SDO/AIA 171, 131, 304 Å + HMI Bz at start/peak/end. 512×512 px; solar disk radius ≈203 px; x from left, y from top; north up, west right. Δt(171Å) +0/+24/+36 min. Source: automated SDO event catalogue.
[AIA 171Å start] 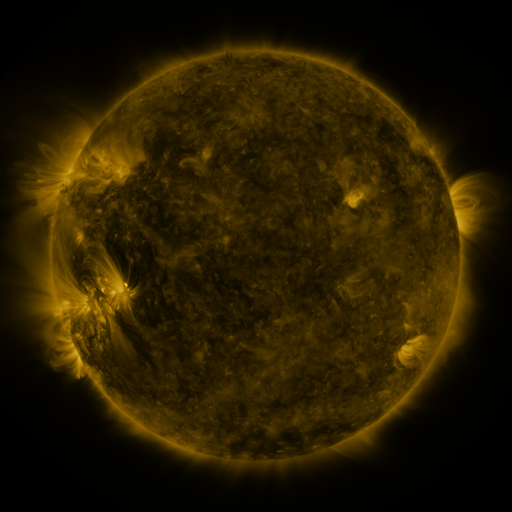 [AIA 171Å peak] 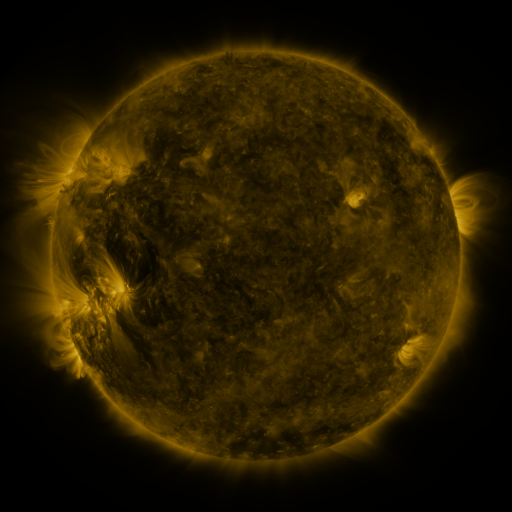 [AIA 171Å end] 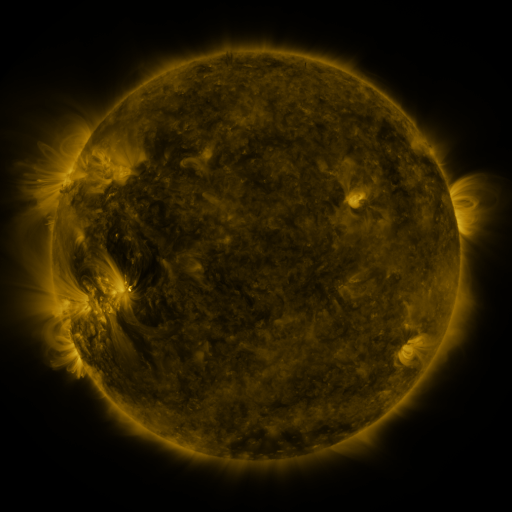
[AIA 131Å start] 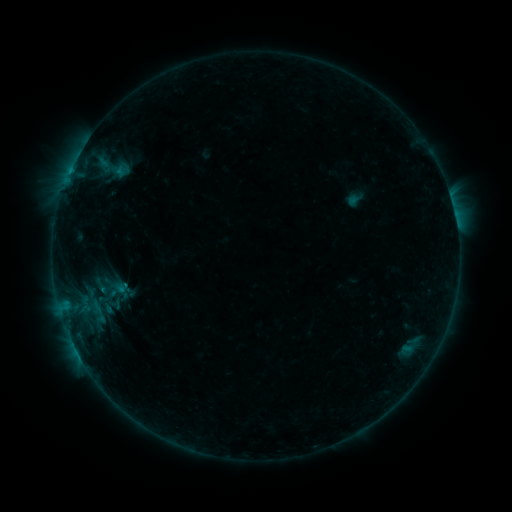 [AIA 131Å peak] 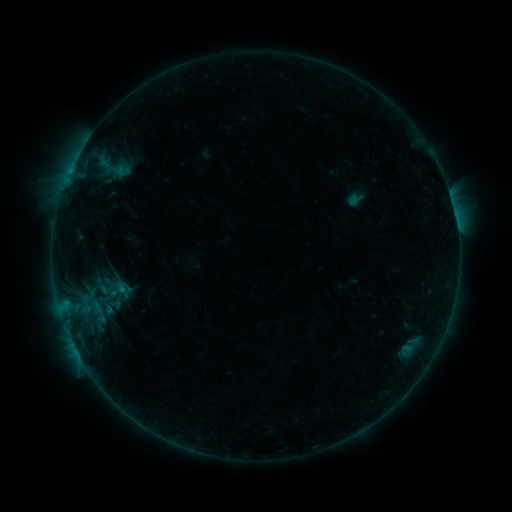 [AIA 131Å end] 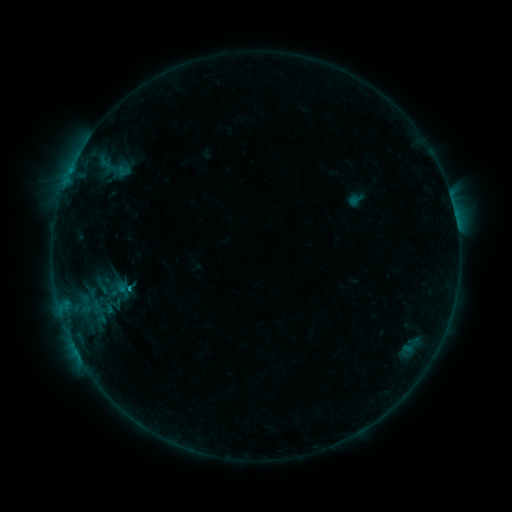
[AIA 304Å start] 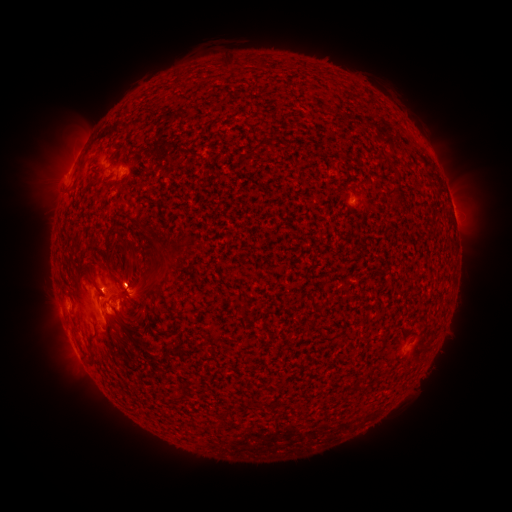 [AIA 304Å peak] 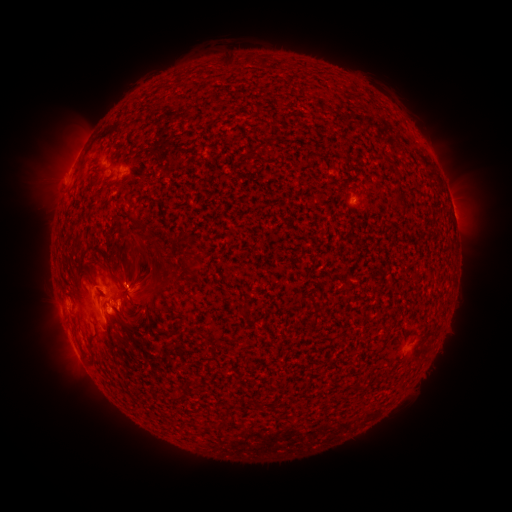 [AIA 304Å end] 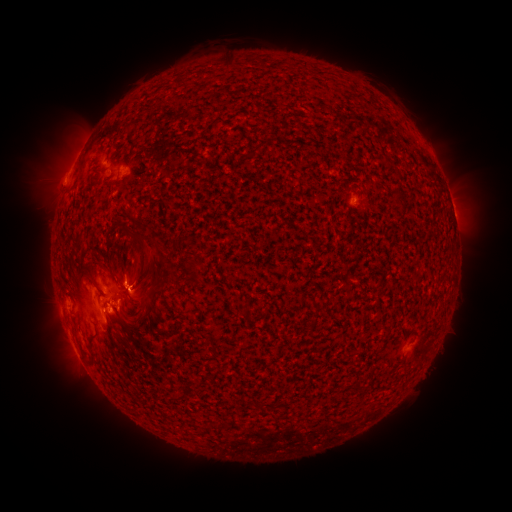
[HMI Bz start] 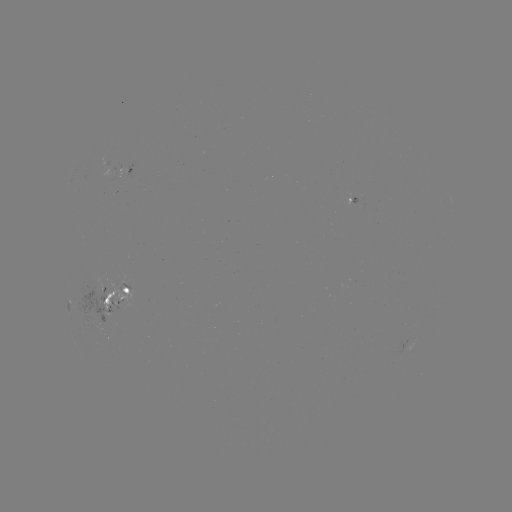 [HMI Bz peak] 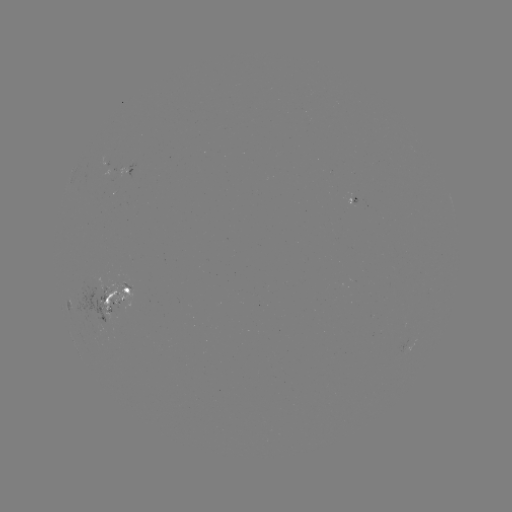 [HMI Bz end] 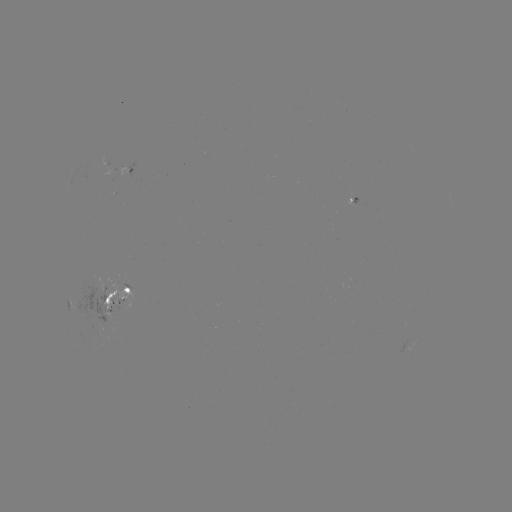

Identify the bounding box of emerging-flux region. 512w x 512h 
[99, 288, 134, 308].